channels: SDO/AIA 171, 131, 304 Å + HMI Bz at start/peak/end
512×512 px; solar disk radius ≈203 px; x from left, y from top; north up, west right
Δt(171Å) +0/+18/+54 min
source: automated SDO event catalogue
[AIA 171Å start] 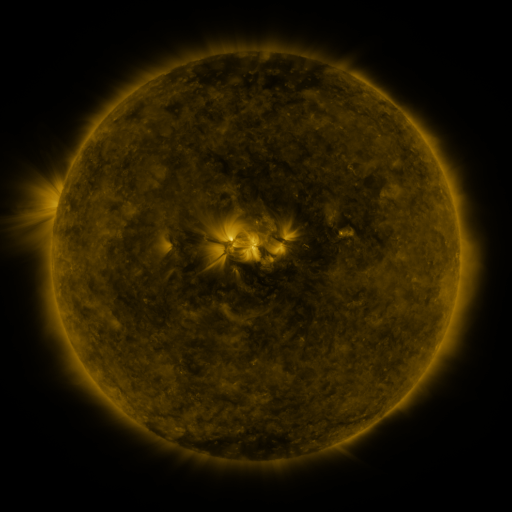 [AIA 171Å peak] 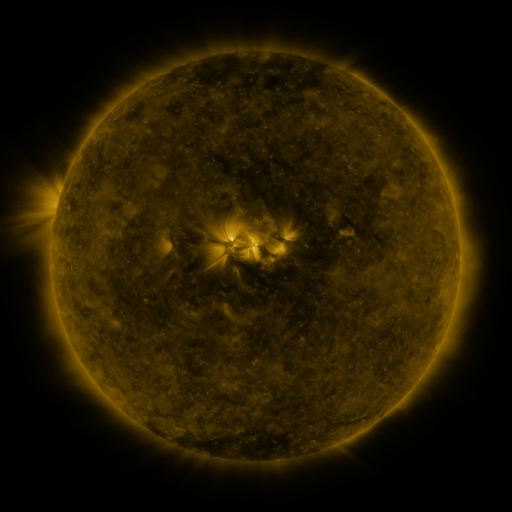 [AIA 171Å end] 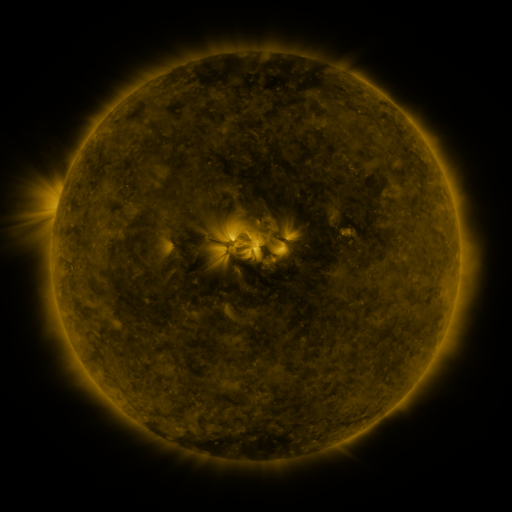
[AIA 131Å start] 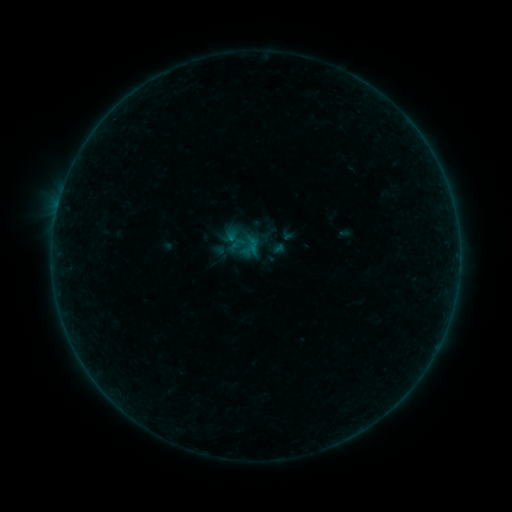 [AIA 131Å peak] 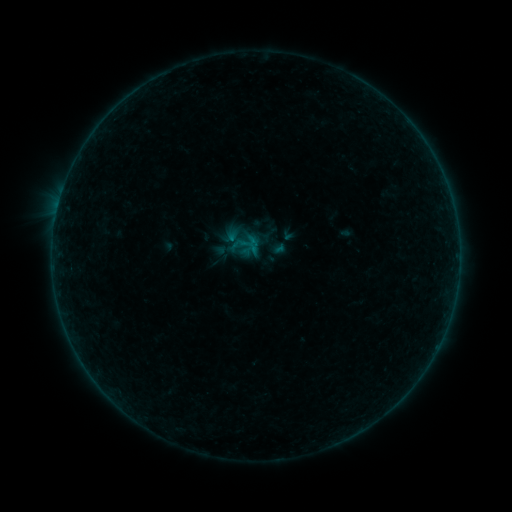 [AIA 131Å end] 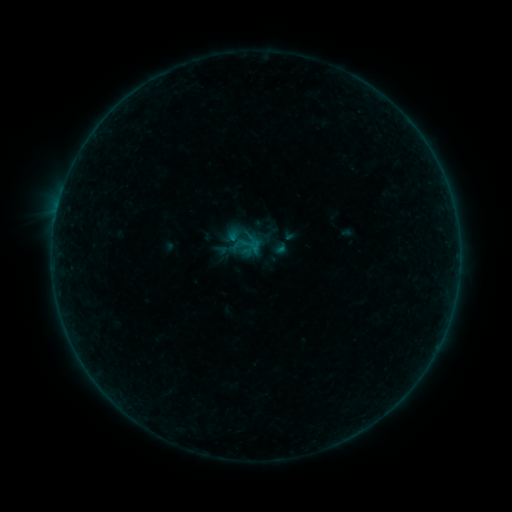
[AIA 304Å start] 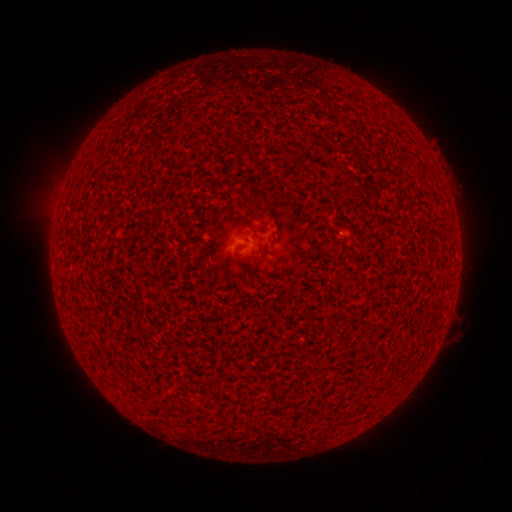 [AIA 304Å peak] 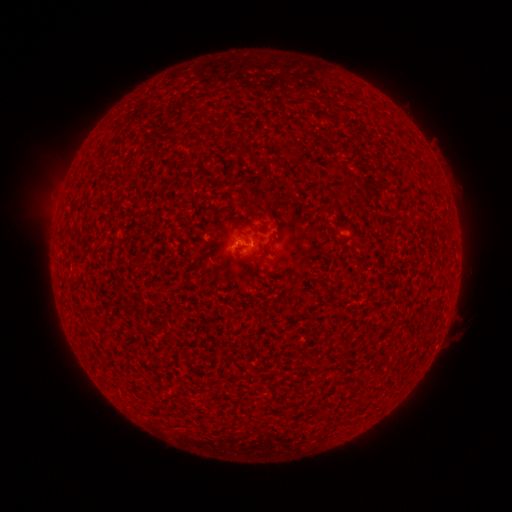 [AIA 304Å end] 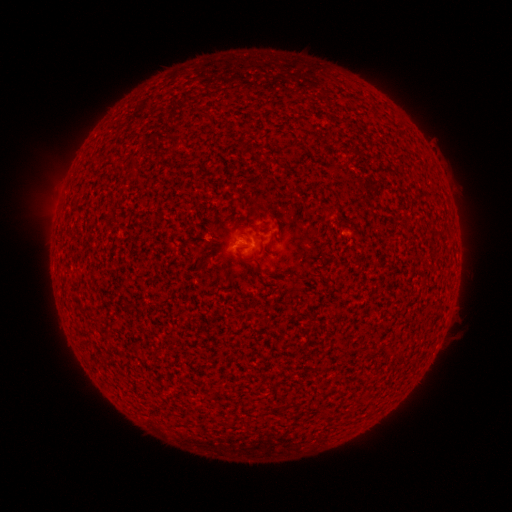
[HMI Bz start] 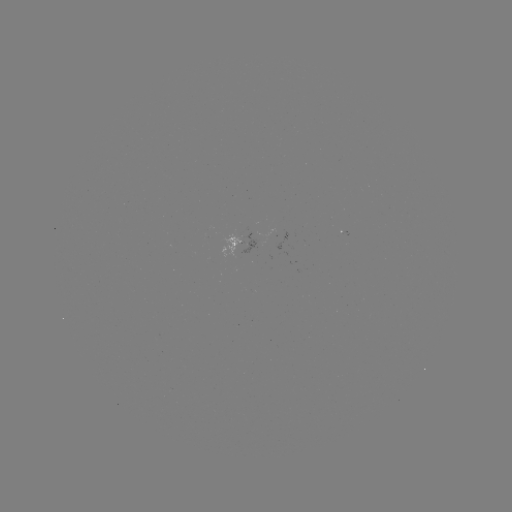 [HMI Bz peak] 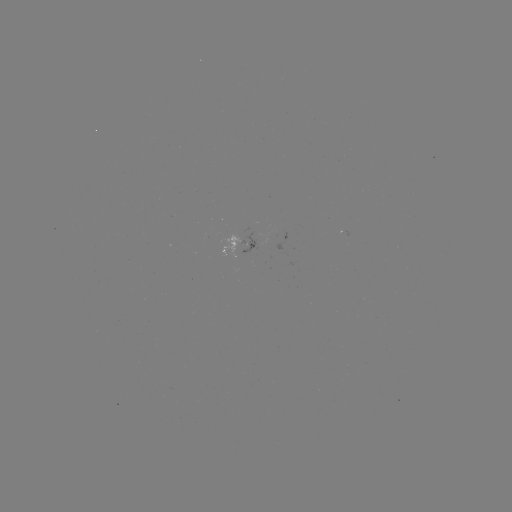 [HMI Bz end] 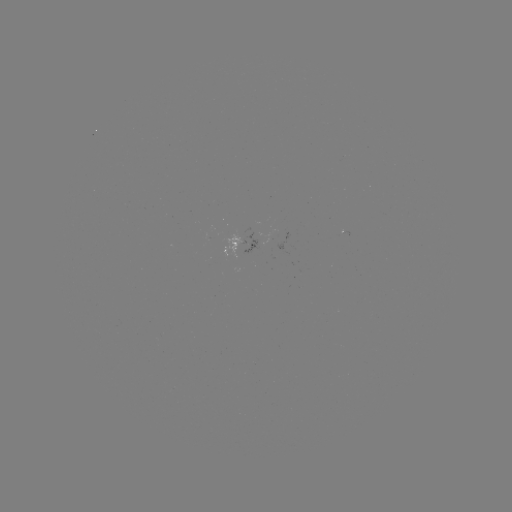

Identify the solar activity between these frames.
B1.1 flare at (245, 246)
